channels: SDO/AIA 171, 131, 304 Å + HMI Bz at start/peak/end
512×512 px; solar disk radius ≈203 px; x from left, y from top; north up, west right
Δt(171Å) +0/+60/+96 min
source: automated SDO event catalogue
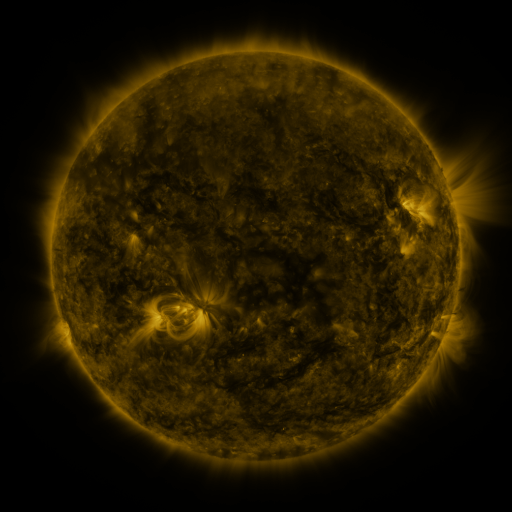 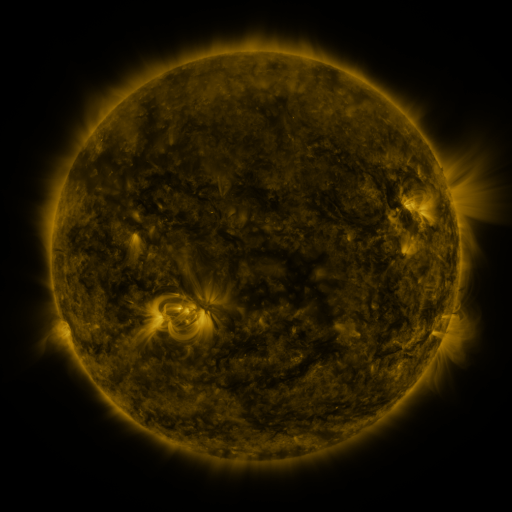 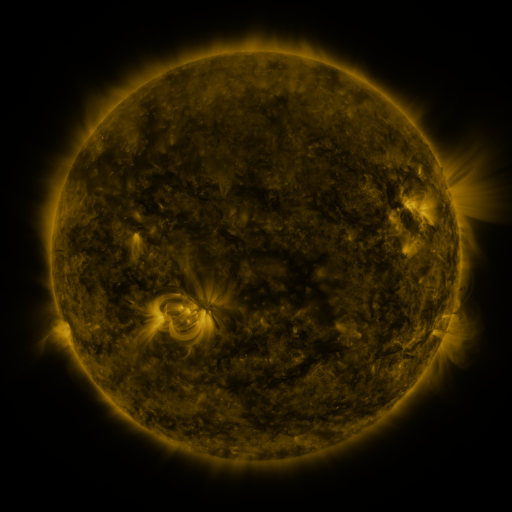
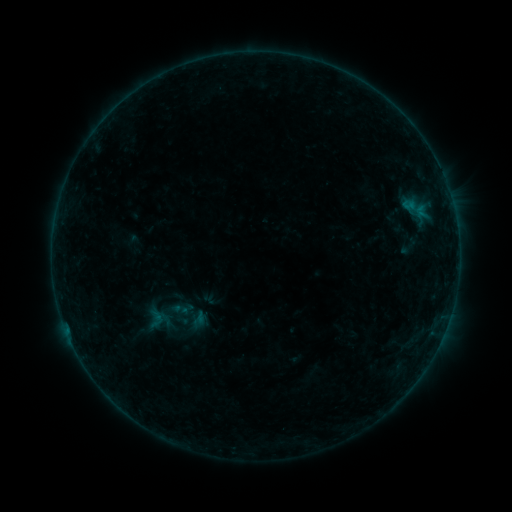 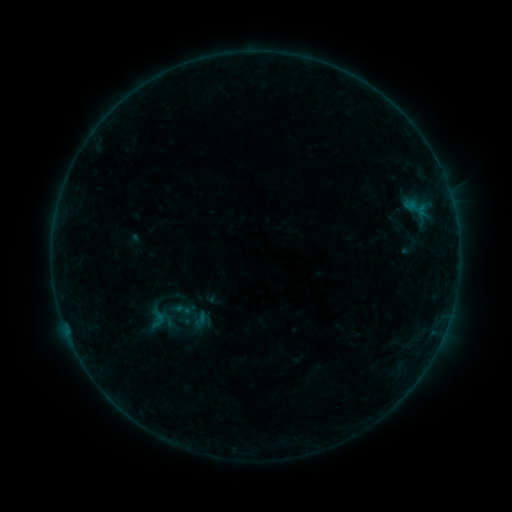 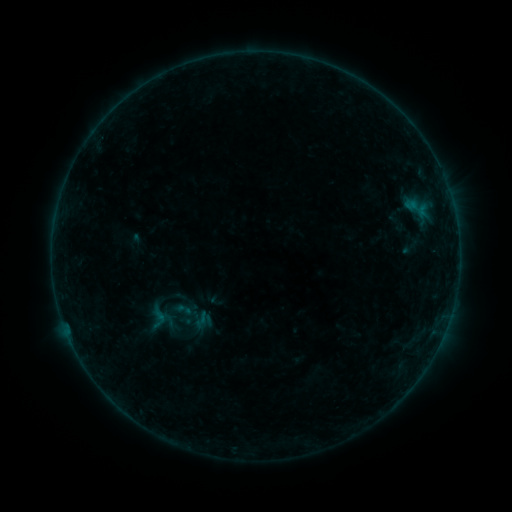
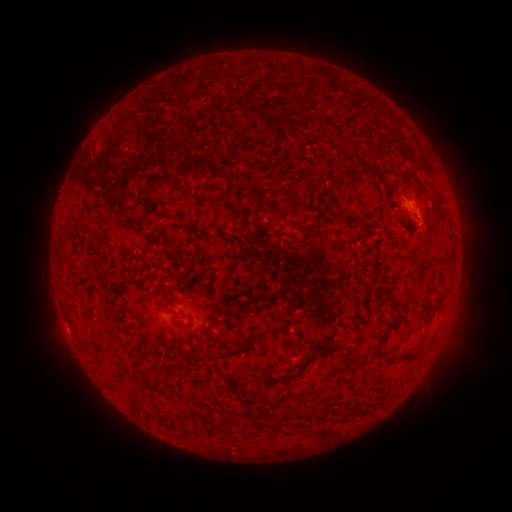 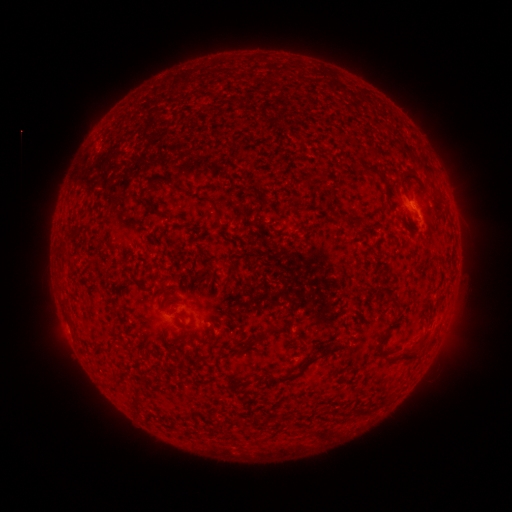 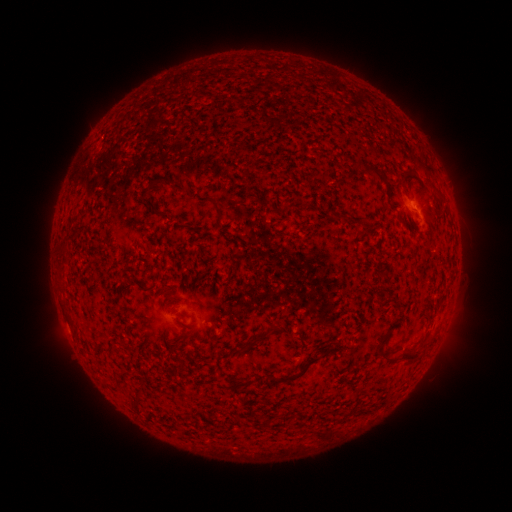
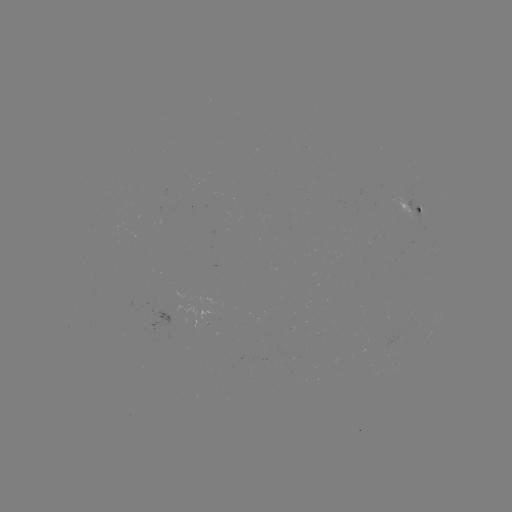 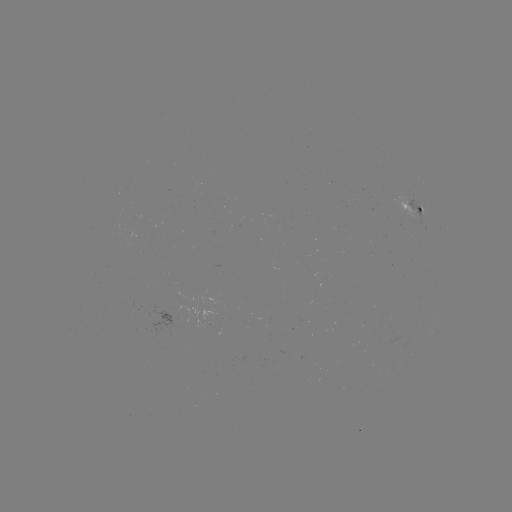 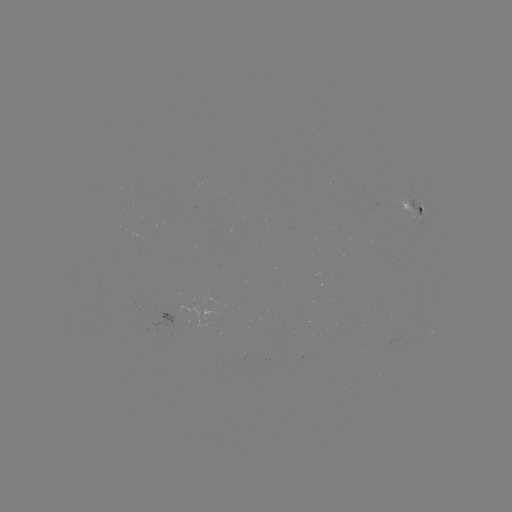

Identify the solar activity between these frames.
emerging-flux region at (416, 215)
